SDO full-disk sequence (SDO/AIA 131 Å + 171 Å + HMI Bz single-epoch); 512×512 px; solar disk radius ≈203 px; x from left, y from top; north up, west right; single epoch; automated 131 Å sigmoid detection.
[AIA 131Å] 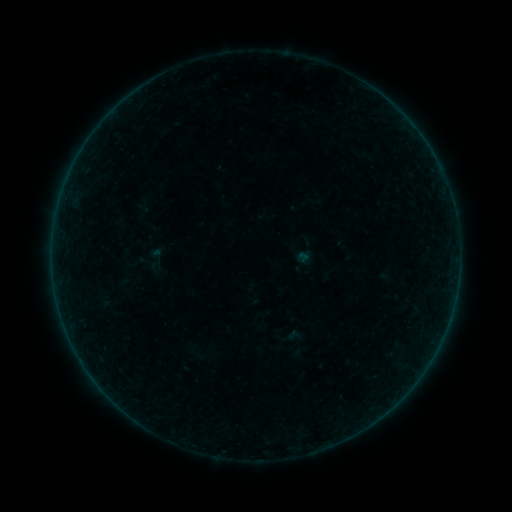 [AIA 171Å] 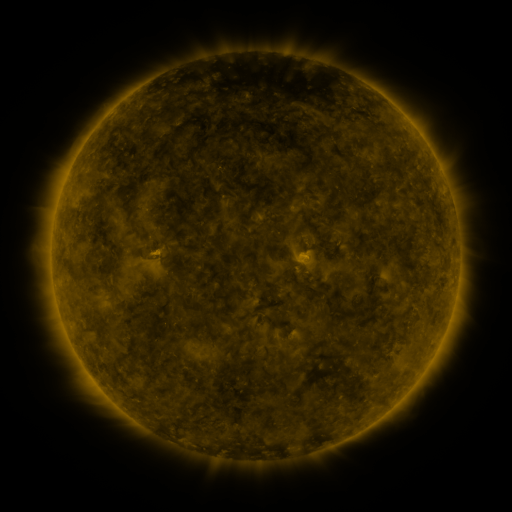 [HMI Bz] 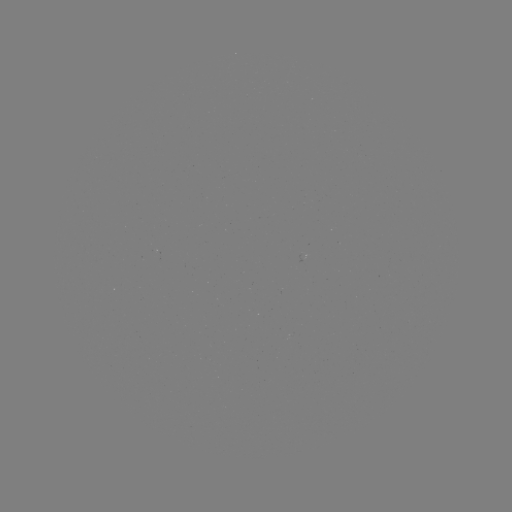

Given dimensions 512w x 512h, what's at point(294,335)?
sigmoid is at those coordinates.